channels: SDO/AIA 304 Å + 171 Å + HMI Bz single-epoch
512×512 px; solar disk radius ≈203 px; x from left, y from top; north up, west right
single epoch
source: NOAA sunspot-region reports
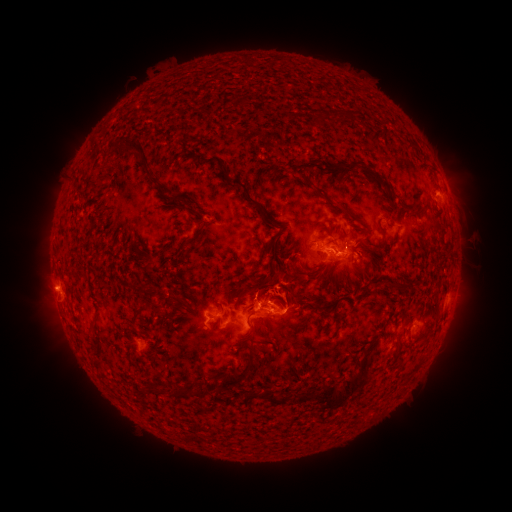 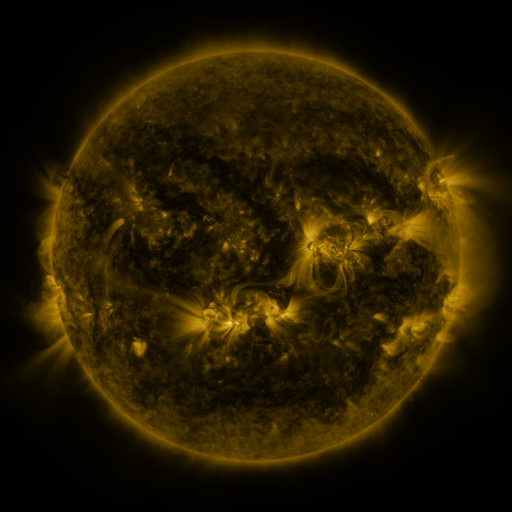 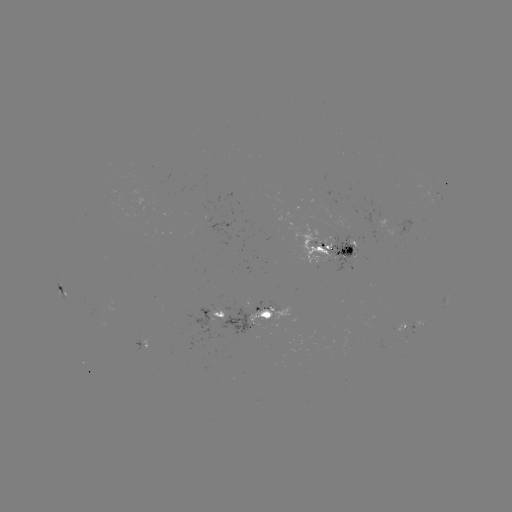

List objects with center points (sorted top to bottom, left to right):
spotted active region: (334, 244)
spotted active region: (63, 289)
spotted active region: (221, 315)
spotted active region: (266, 315)
spotted active region: (412, 328)
spotted active region: (142, 345)
